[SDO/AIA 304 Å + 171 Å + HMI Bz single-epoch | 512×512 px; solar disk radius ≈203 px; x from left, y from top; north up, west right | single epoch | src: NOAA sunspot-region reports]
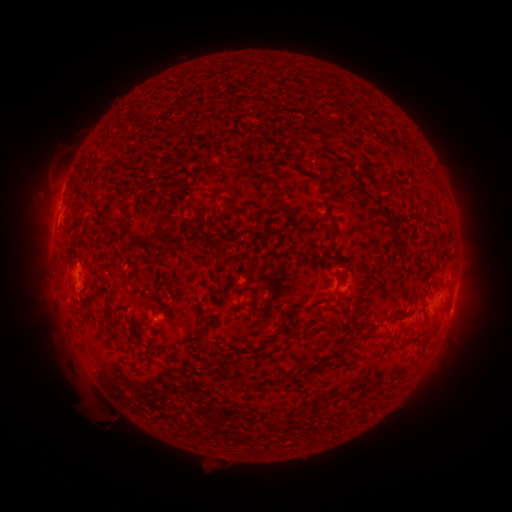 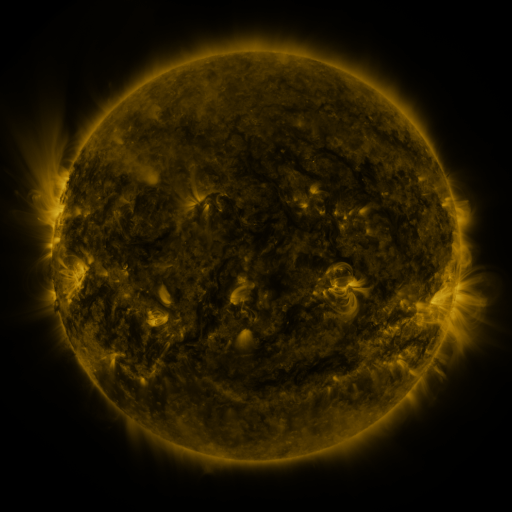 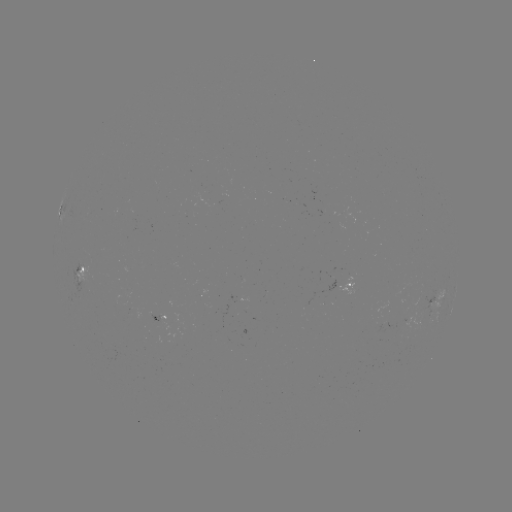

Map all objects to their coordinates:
spotted active region: (85, 272)
spotted active region: (350, 289)
spotted active region: (437, 297)
spotted active region: (420, 324)
